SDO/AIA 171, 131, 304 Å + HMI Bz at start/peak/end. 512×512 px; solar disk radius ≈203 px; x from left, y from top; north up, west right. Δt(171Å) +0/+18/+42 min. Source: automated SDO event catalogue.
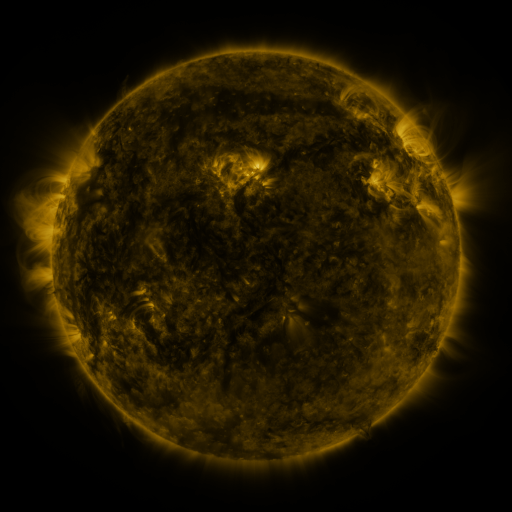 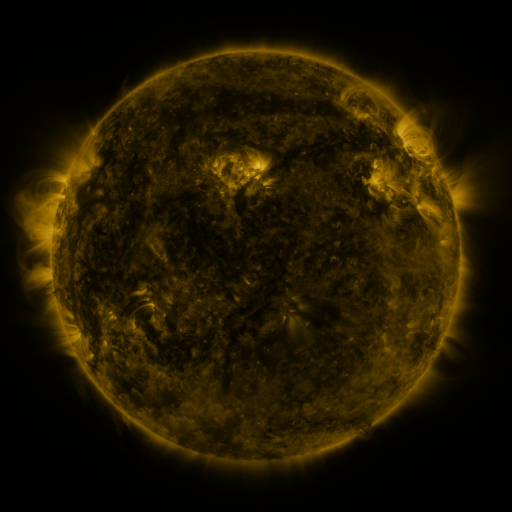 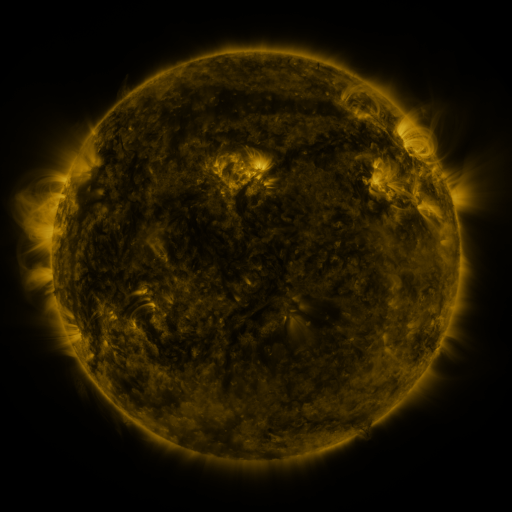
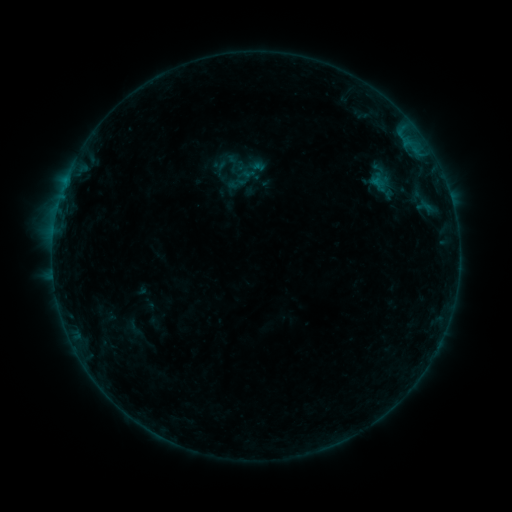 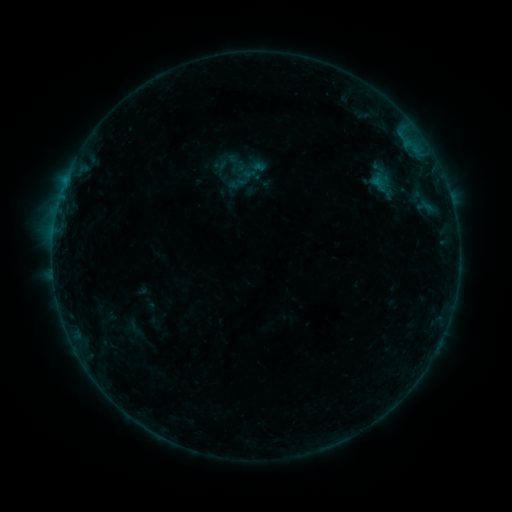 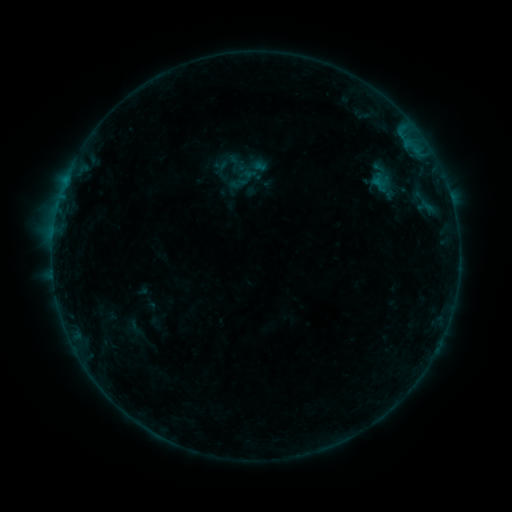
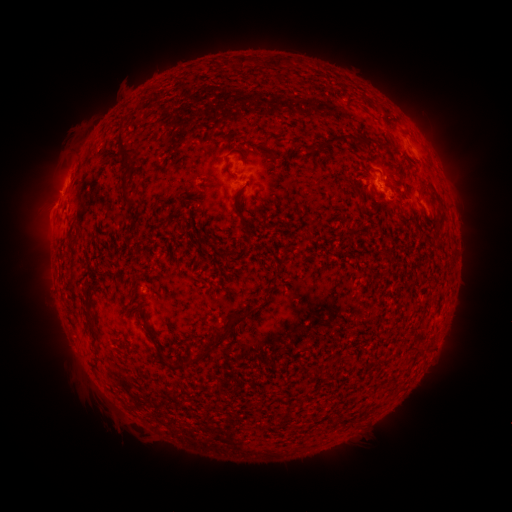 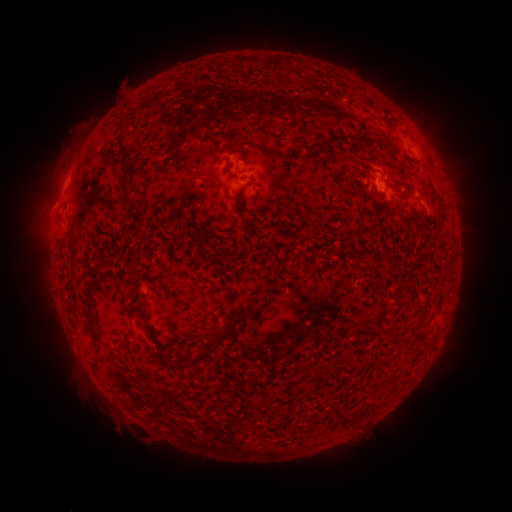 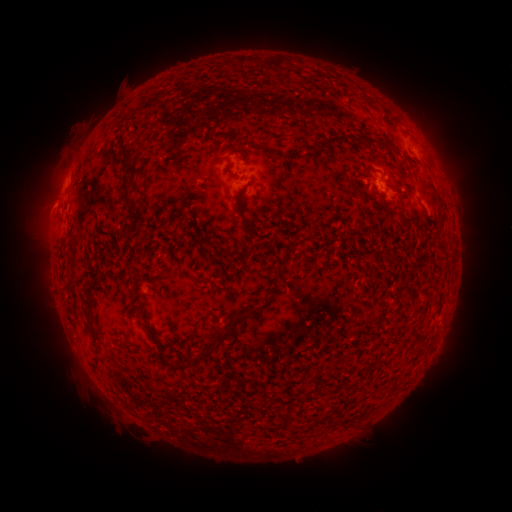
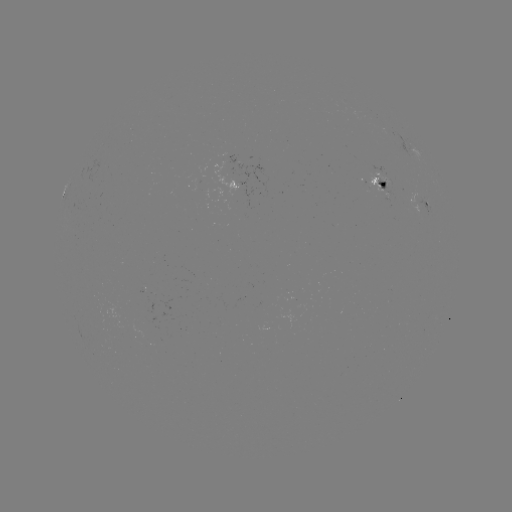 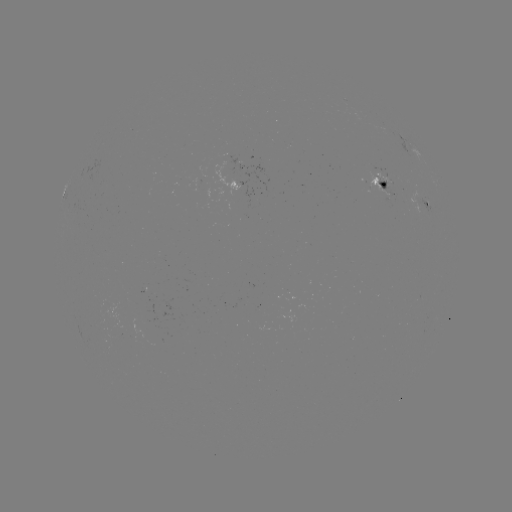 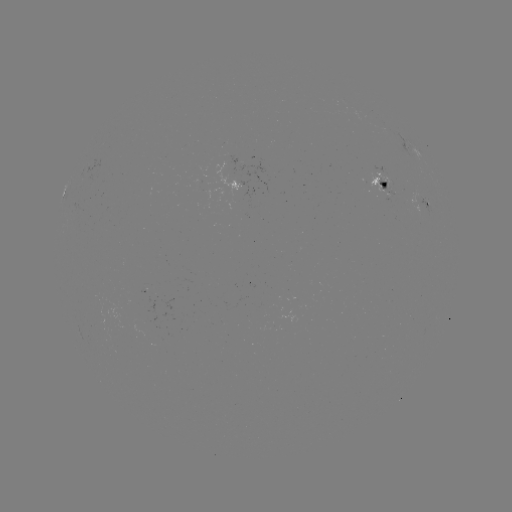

no classed flare was catalogued and no EUV brightening was flagged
